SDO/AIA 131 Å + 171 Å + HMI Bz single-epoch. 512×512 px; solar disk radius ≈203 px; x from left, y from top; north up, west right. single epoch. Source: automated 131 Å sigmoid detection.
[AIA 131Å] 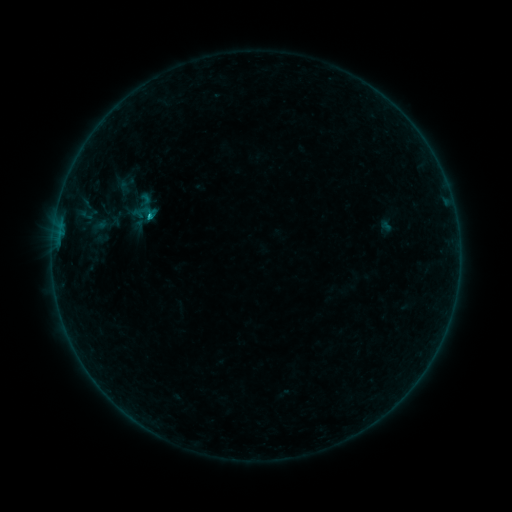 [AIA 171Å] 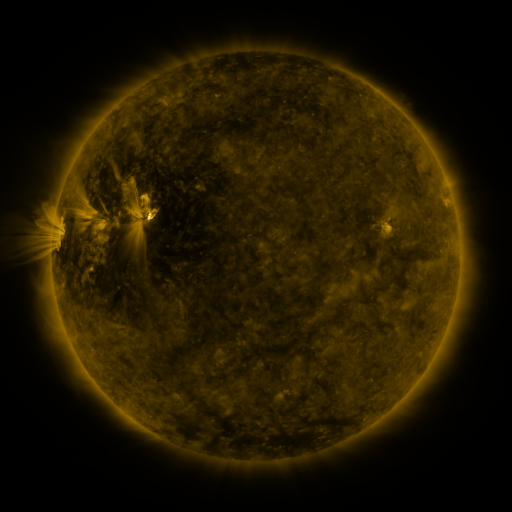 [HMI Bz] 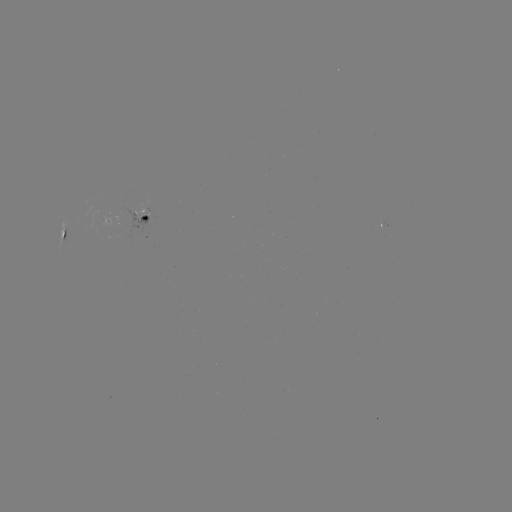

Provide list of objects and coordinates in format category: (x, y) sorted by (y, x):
sigmoid: (107, 198)
sigmoid: (145, 199)
